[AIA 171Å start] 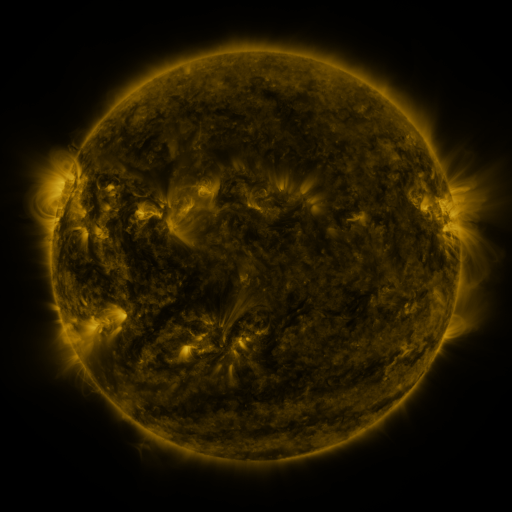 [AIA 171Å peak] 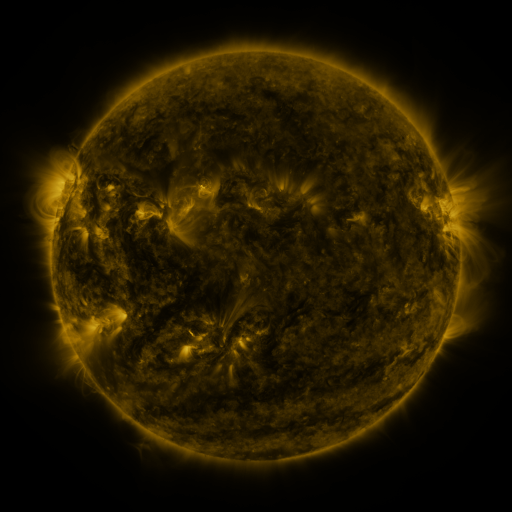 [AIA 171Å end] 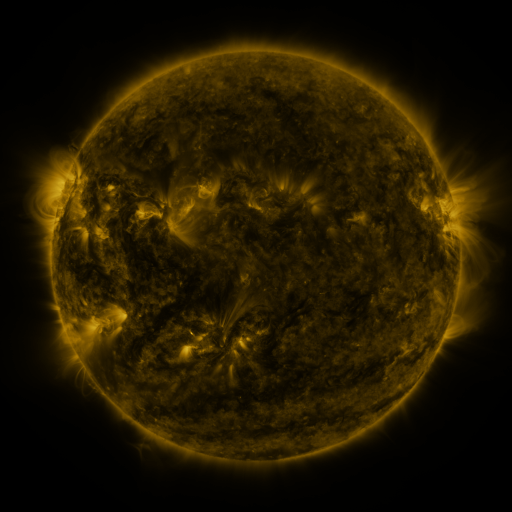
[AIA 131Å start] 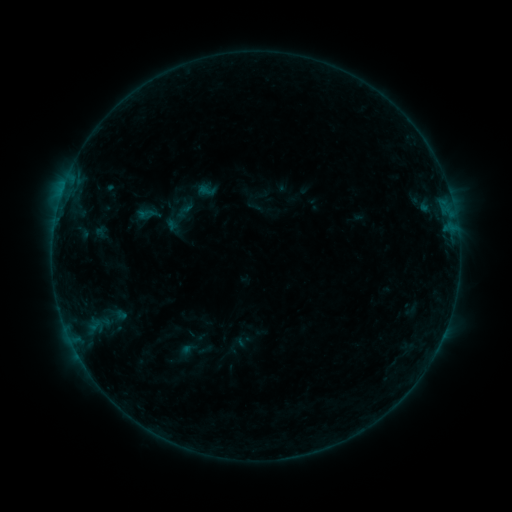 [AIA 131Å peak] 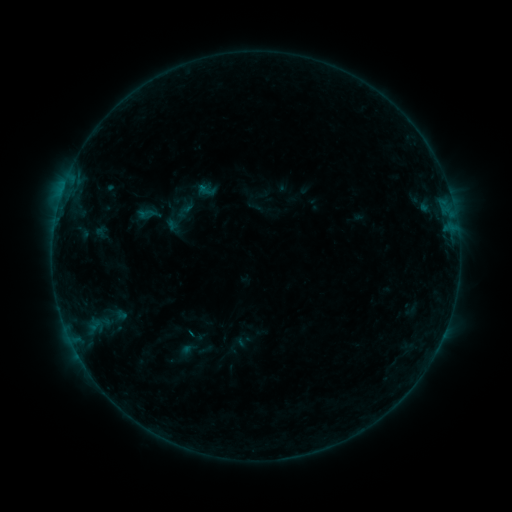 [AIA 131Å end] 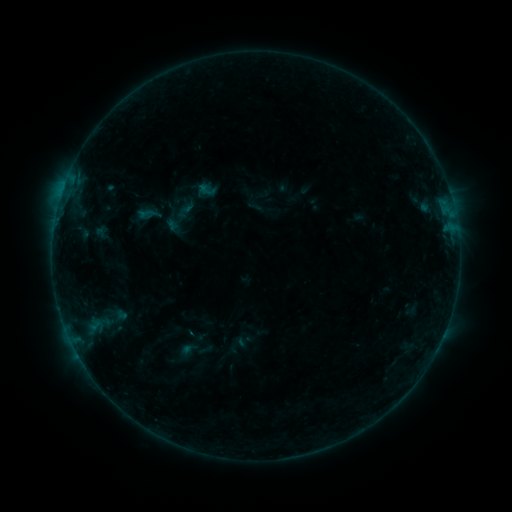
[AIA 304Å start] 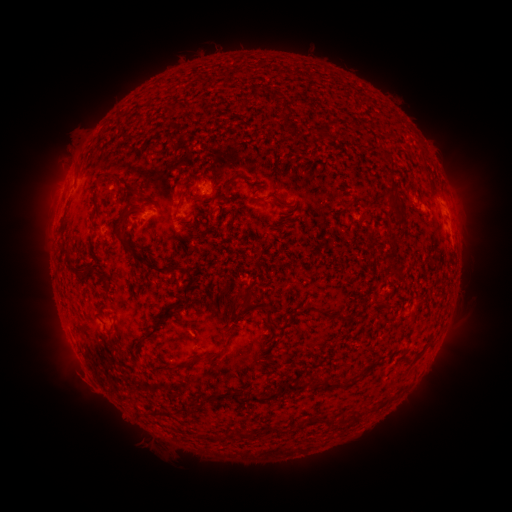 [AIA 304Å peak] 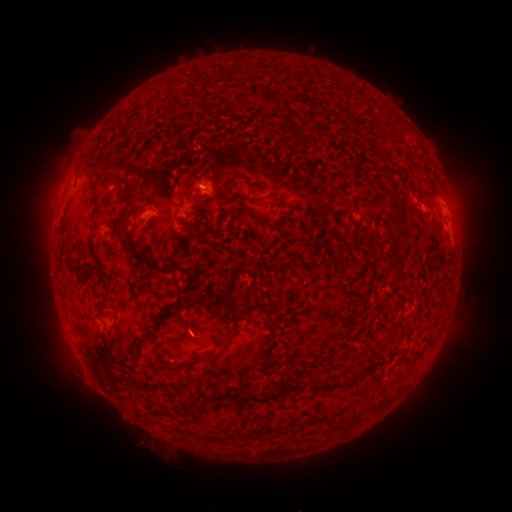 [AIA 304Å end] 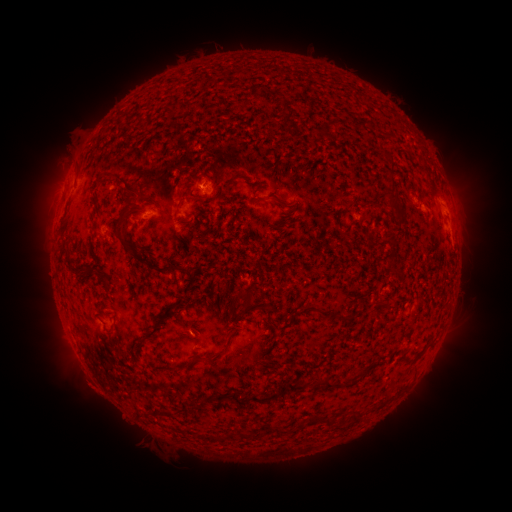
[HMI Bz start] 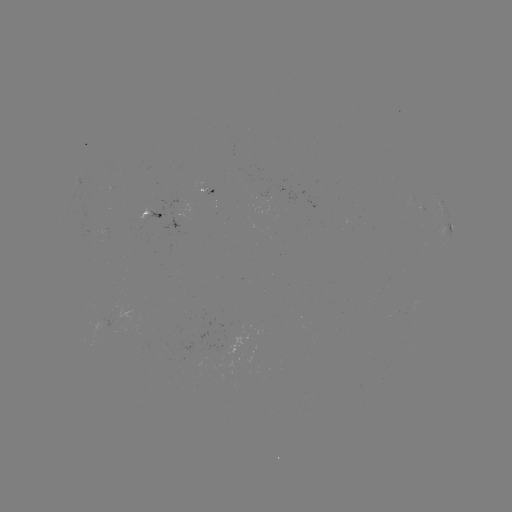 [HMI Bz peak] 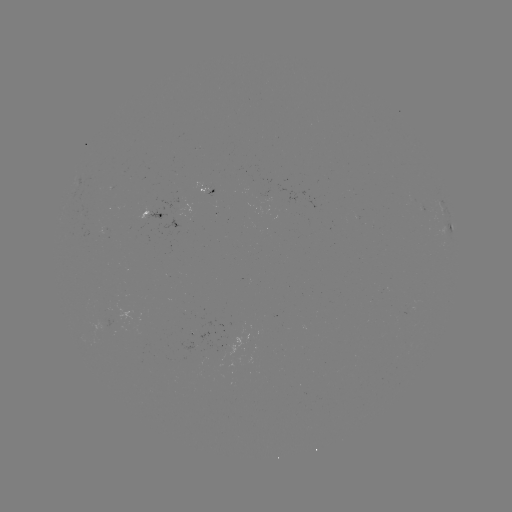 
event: flare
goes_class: B1.9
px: (191, 331)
